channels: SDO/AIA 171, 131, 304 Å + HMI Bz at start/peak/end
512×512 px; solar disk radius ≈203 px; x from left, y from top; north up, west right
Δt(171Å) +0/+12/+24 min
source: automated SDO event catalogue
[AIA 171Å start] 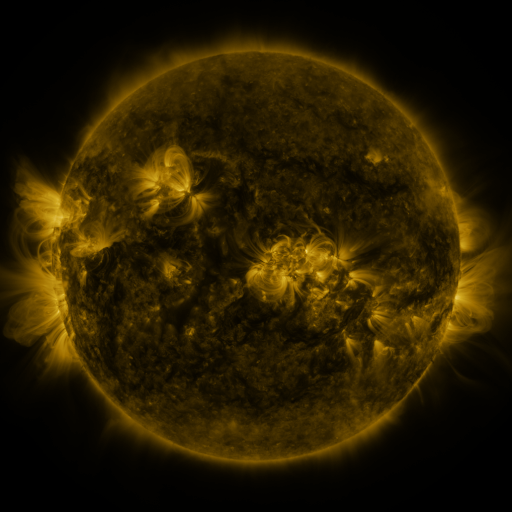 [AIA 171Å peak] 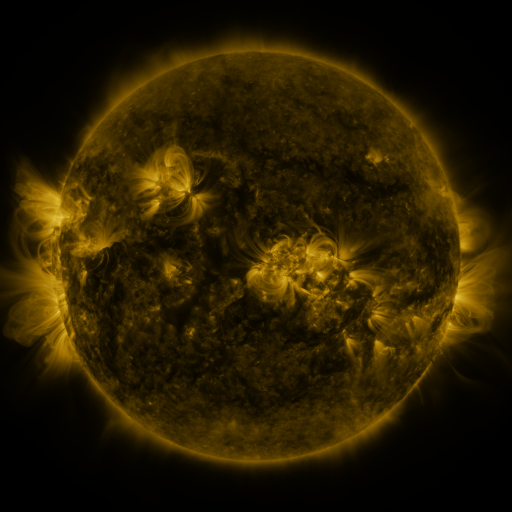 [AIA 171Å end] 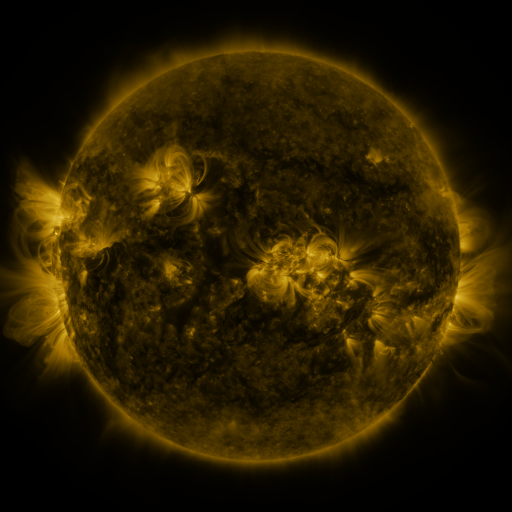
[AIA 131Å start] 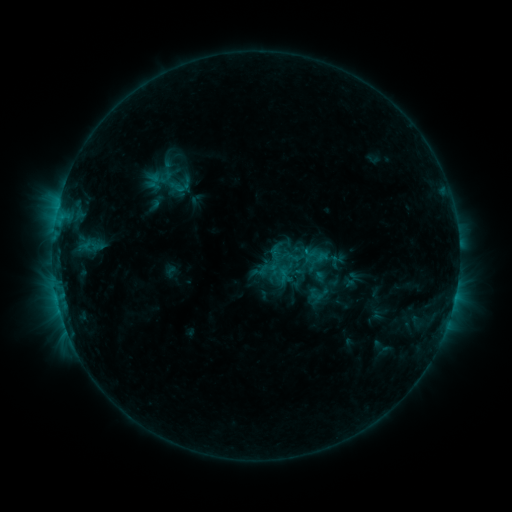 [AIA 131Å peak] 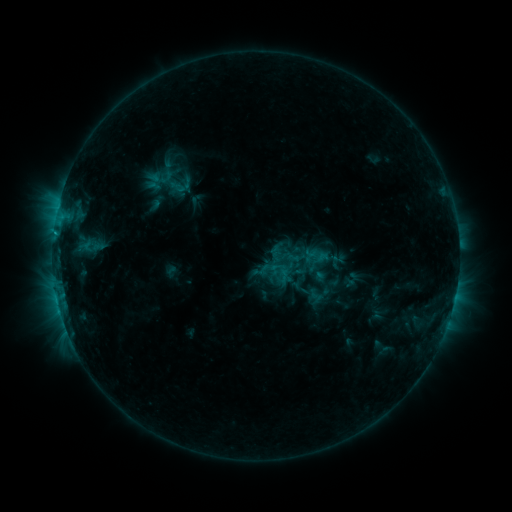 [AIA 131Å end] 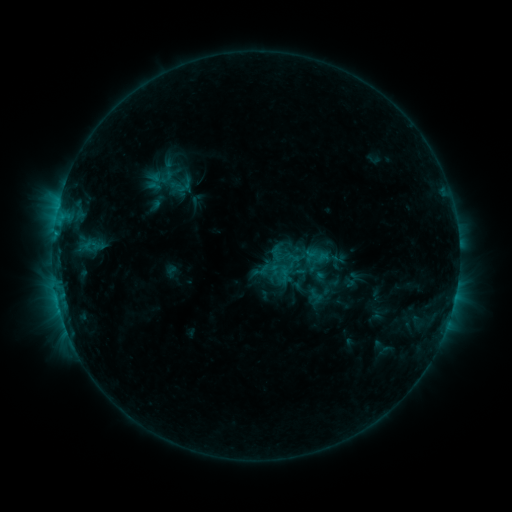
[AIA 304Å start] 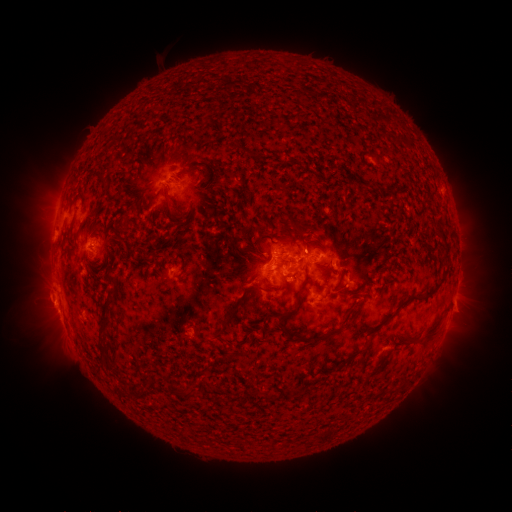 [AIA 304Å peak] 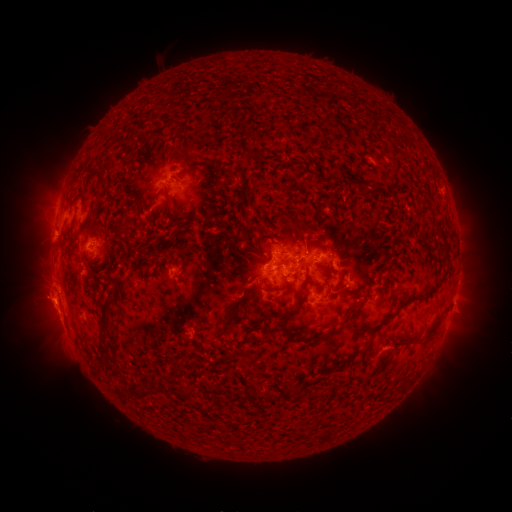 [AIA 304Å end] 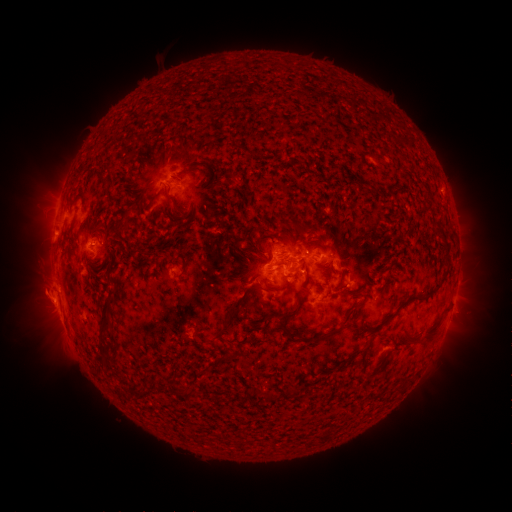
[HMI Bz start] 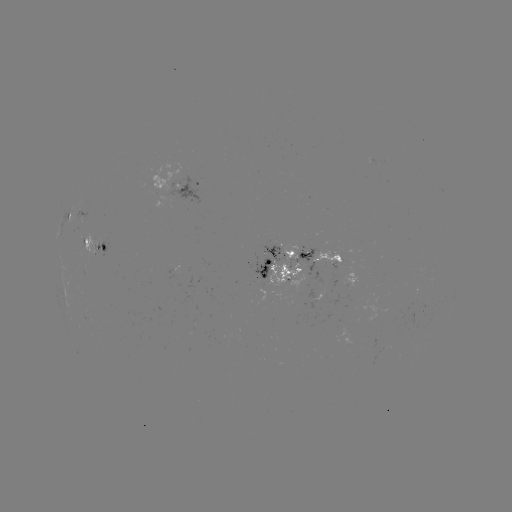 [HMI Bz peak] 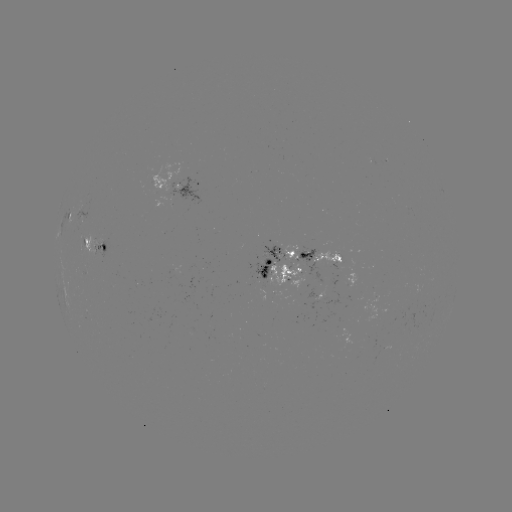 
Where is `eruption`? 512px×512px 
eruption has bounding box [16, 277, 65, 323].